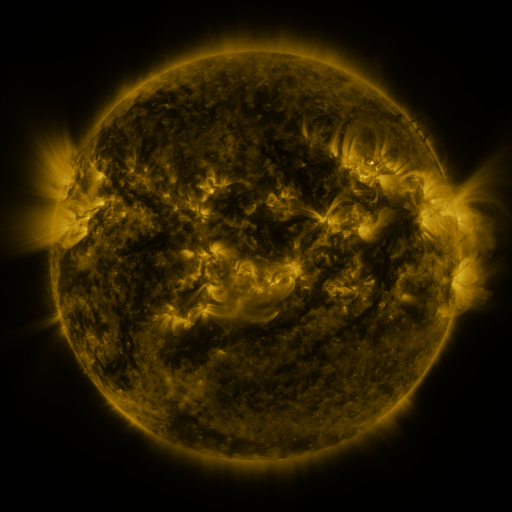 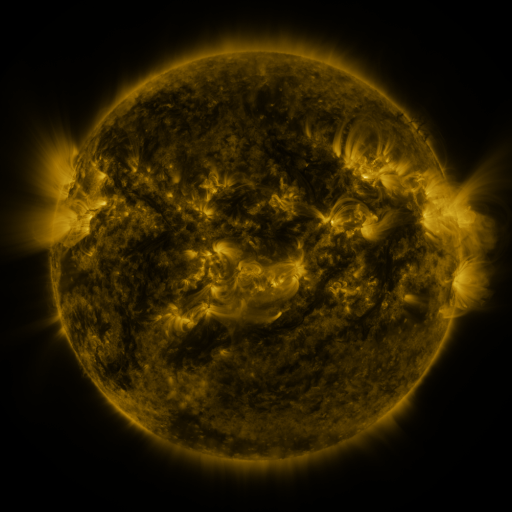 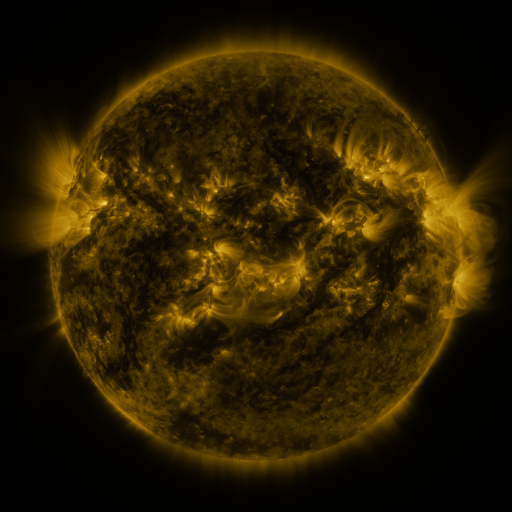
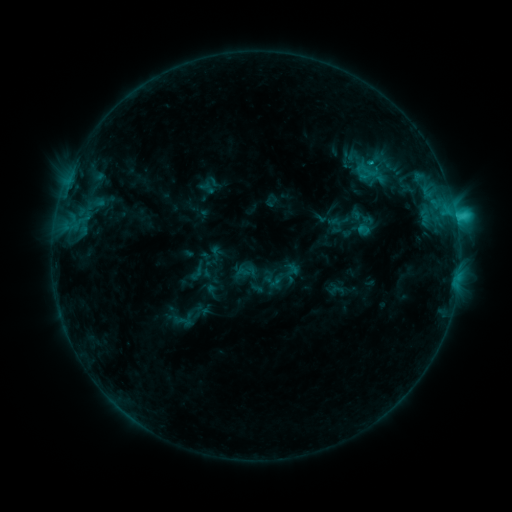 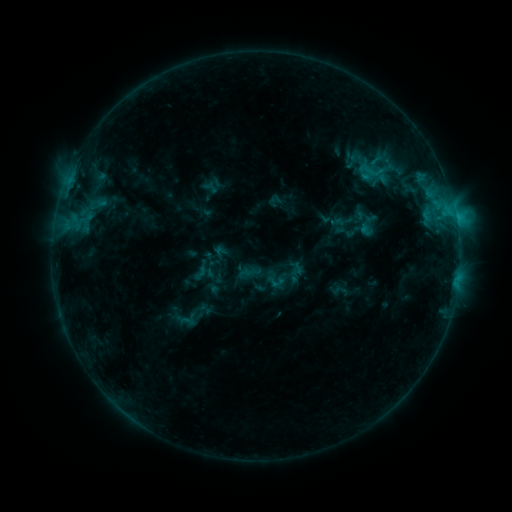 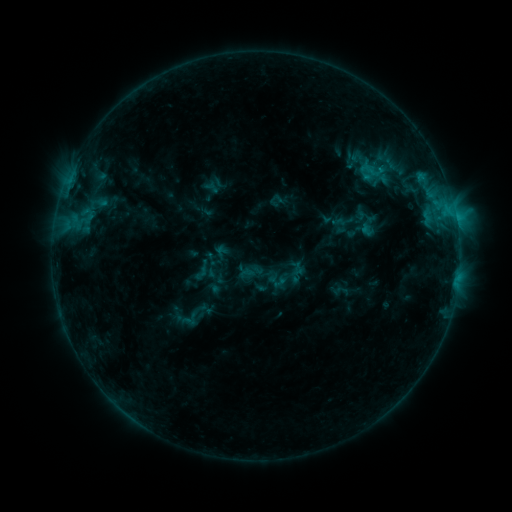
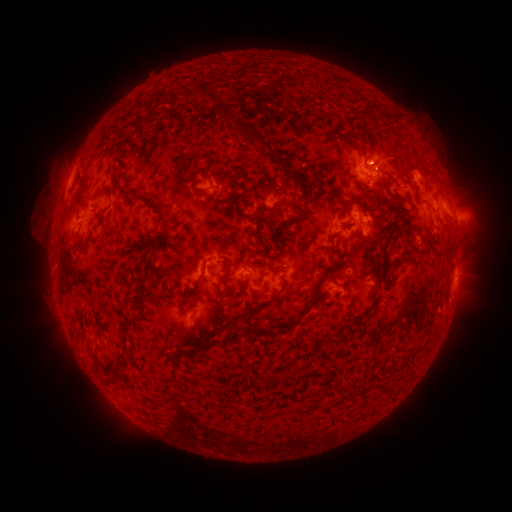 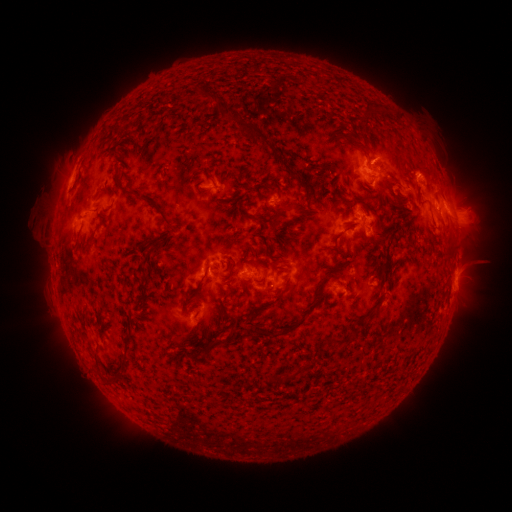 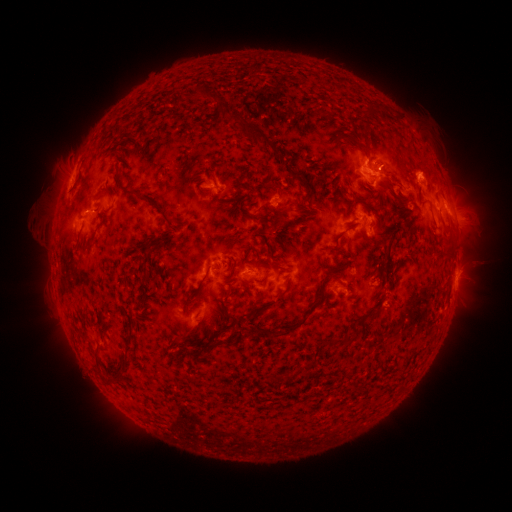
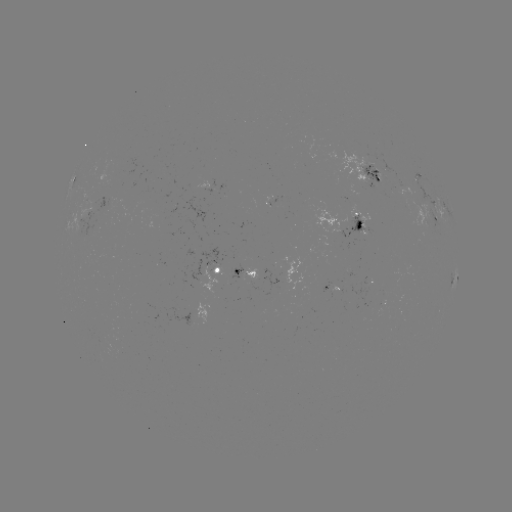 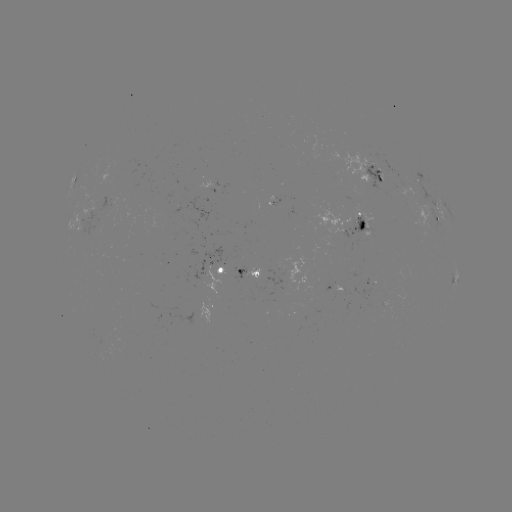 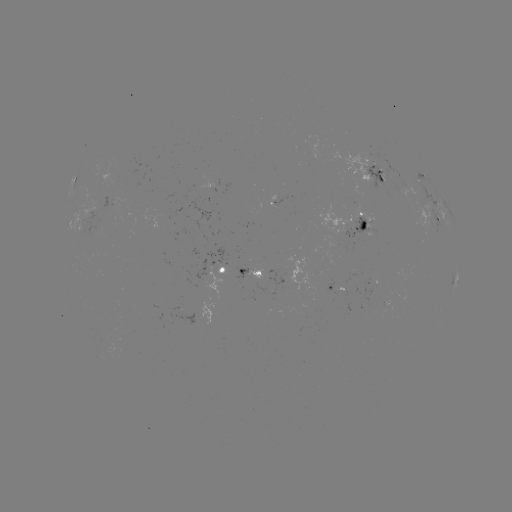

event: emerging-flux region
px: (414, 191)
